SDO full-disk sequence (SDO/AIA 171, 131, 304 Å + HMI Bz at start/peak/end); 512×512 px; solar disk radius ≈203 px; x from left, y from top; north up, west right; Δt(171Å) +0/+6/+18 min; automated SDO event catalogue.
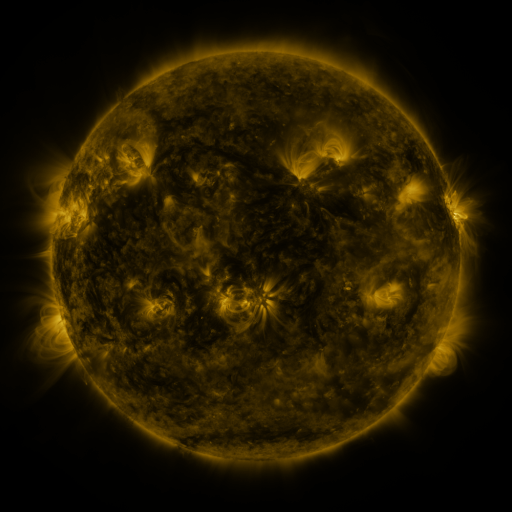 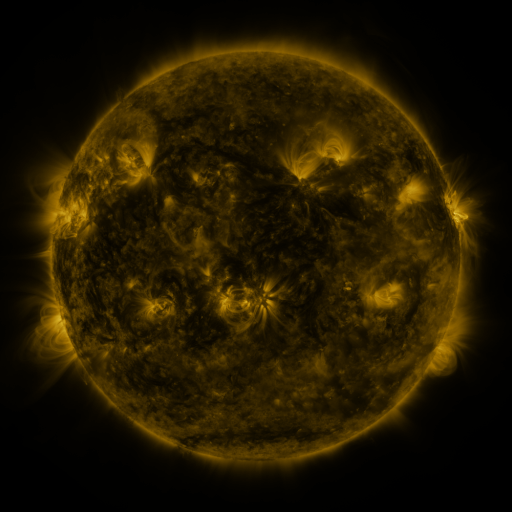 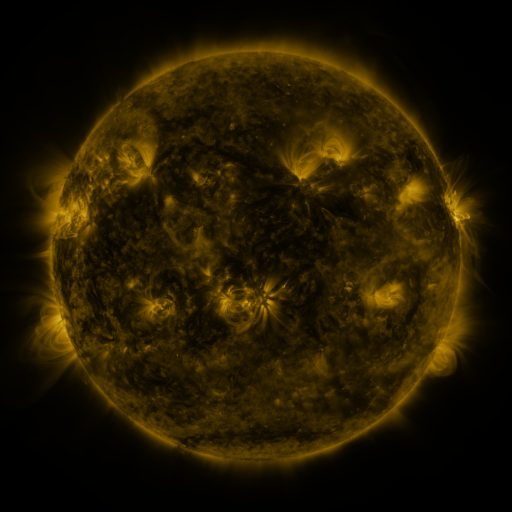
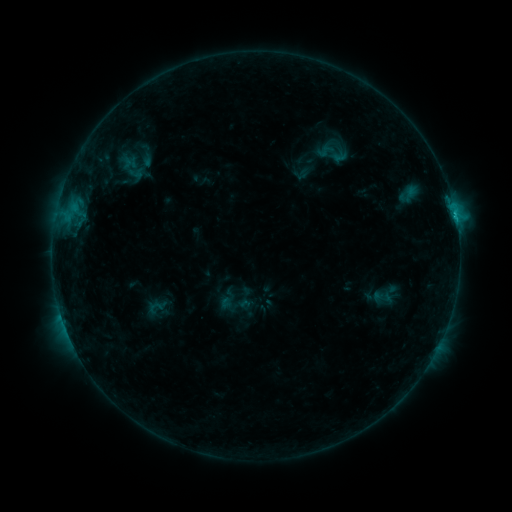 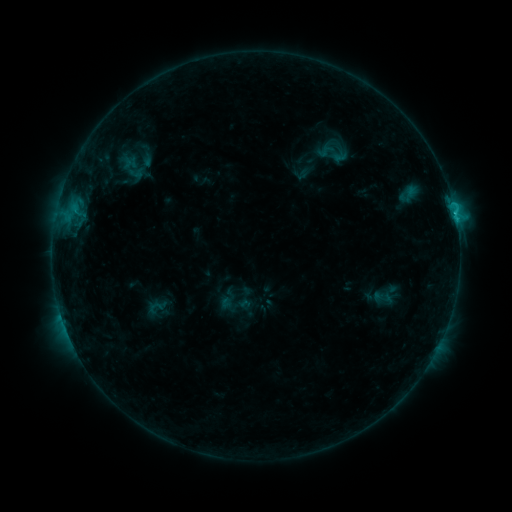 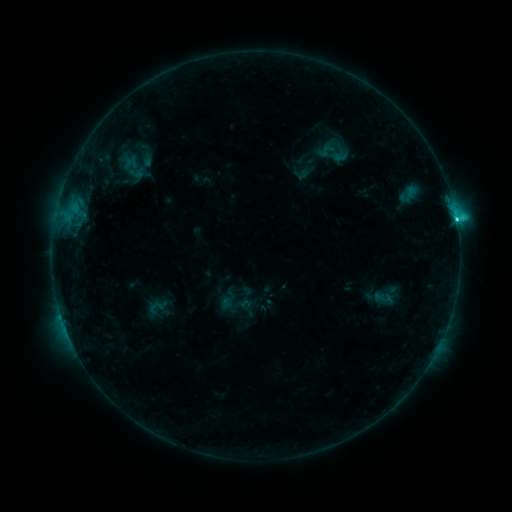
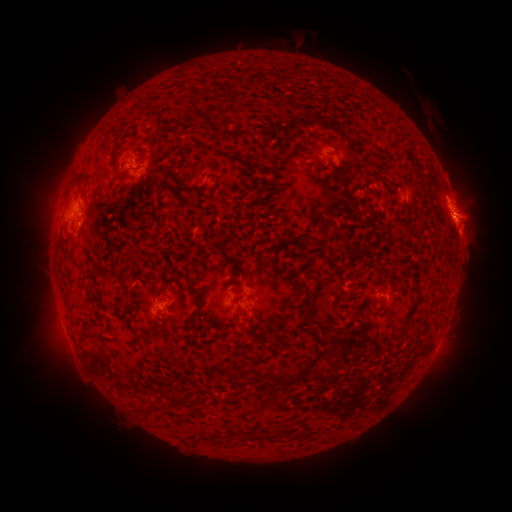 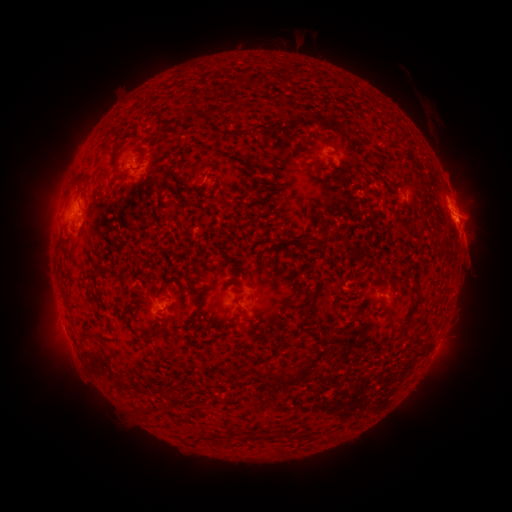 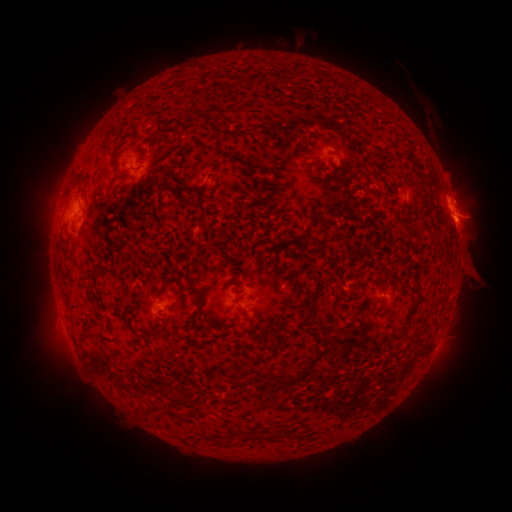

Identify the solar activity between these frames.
eruption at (469, 255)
